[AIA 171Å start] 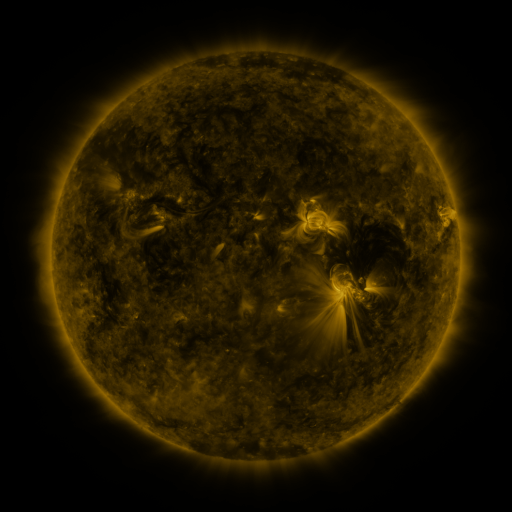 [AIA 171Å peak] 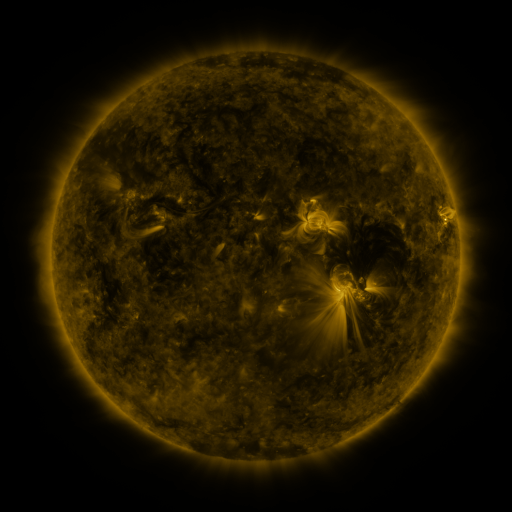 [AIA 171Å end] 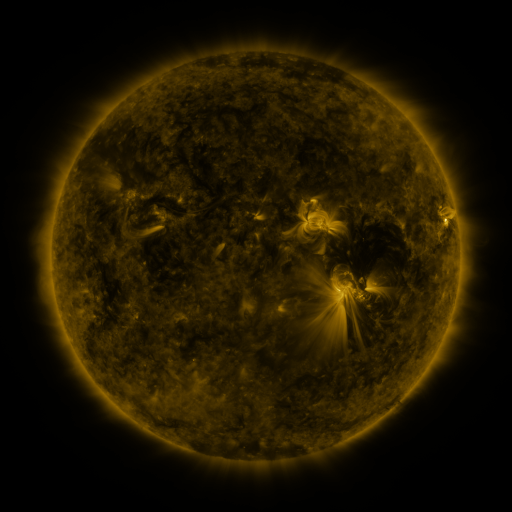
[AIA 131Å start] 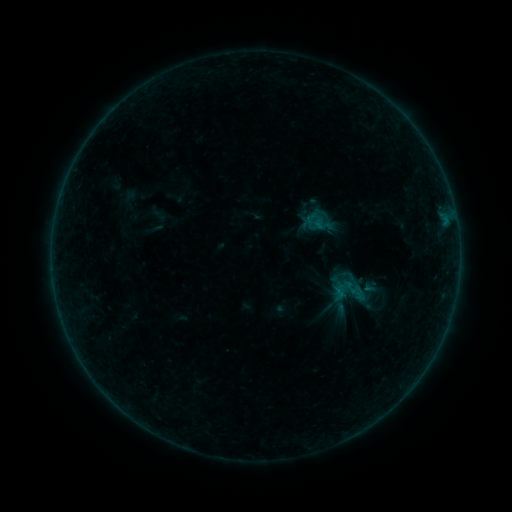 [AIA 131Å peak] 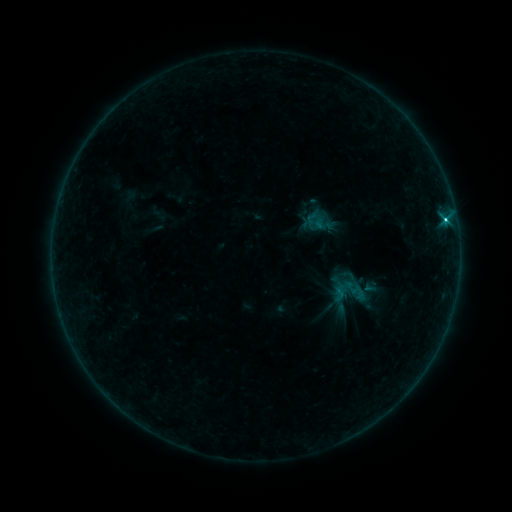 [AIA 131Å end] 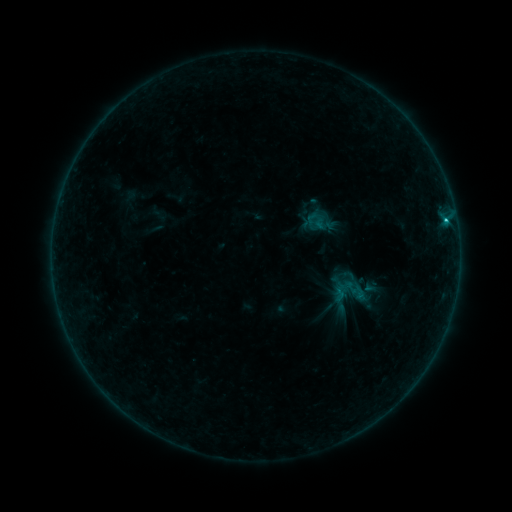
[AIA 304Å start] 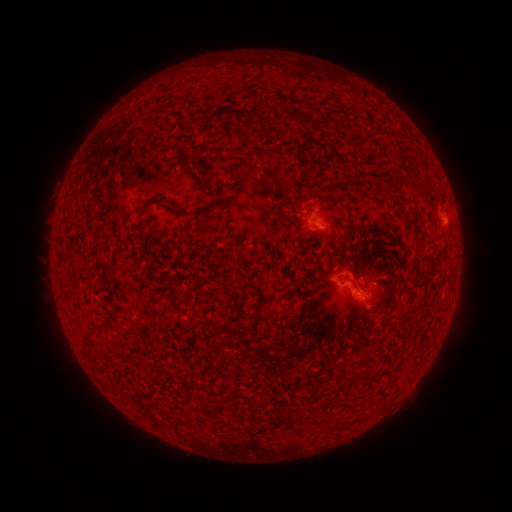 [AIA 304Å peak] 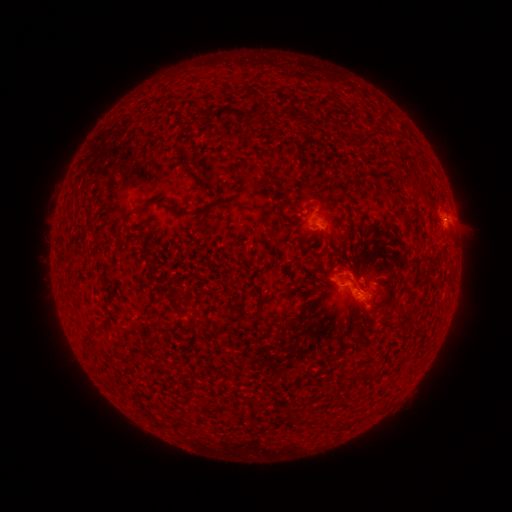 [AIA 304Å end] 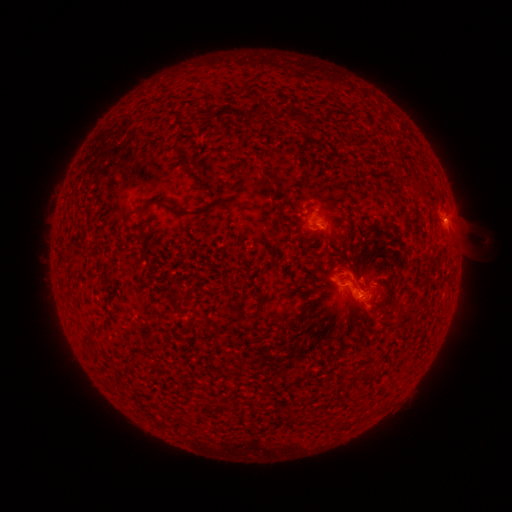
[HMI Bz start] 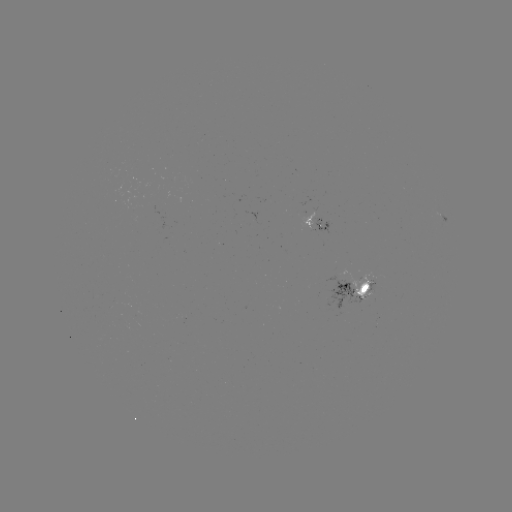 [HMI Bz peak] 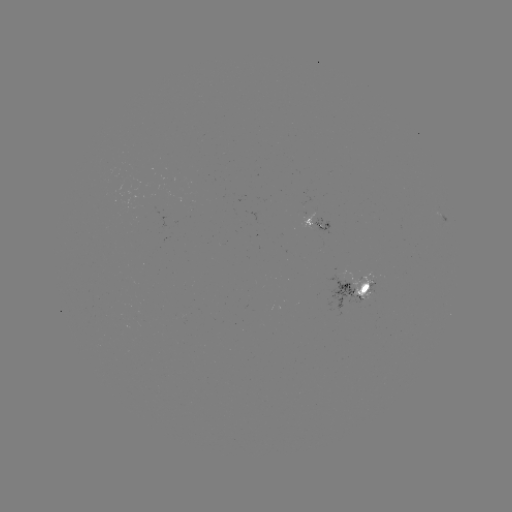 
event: flare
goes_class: C3.0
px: (444, 222)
